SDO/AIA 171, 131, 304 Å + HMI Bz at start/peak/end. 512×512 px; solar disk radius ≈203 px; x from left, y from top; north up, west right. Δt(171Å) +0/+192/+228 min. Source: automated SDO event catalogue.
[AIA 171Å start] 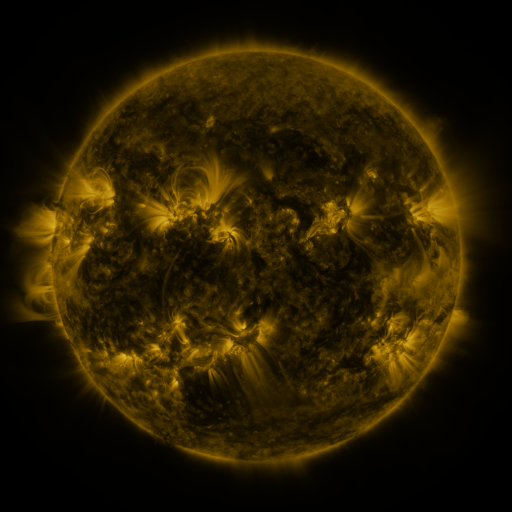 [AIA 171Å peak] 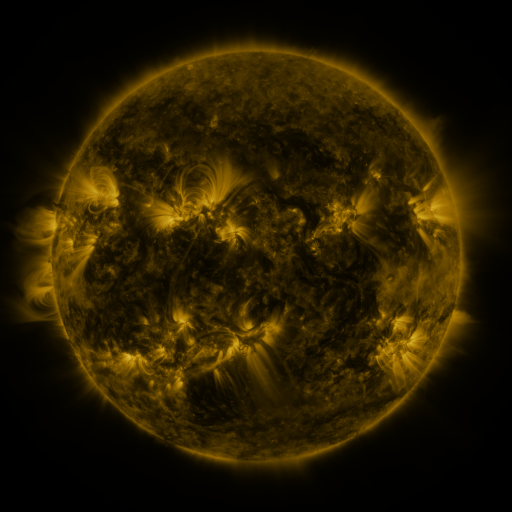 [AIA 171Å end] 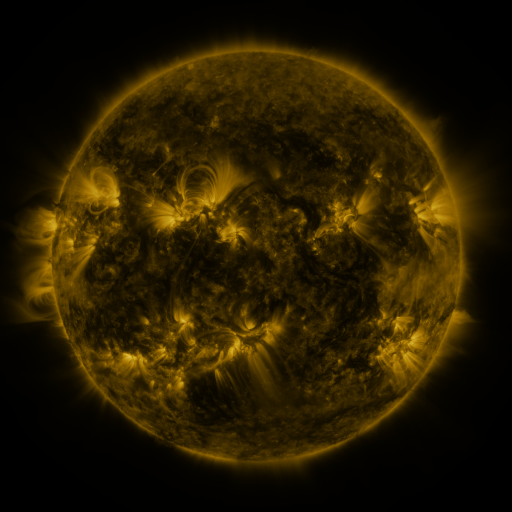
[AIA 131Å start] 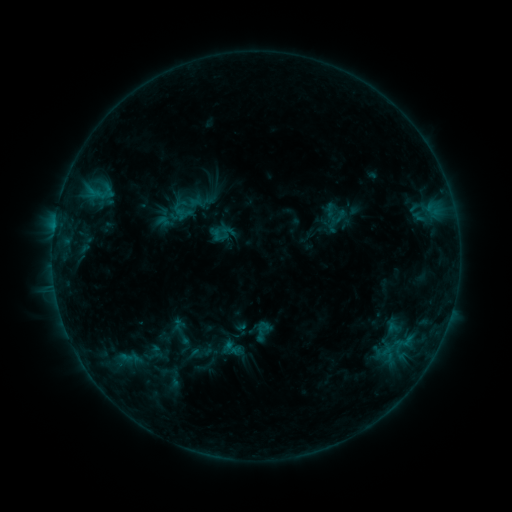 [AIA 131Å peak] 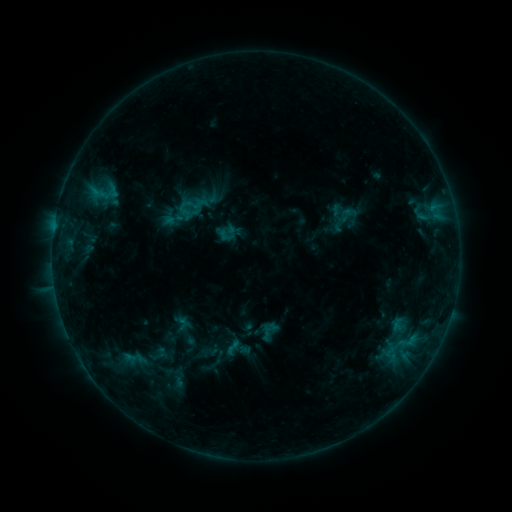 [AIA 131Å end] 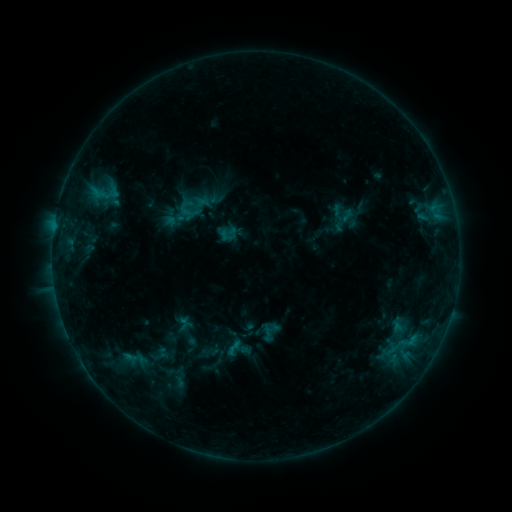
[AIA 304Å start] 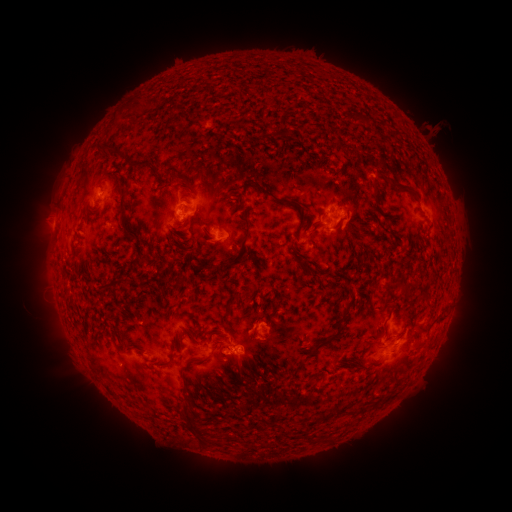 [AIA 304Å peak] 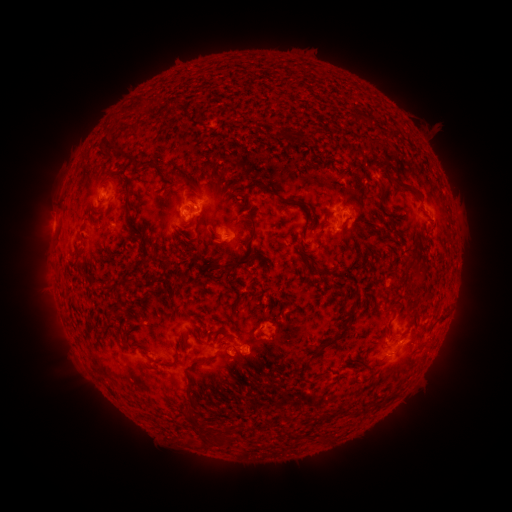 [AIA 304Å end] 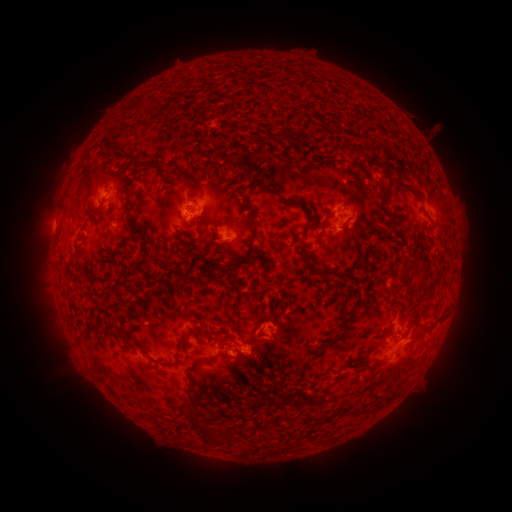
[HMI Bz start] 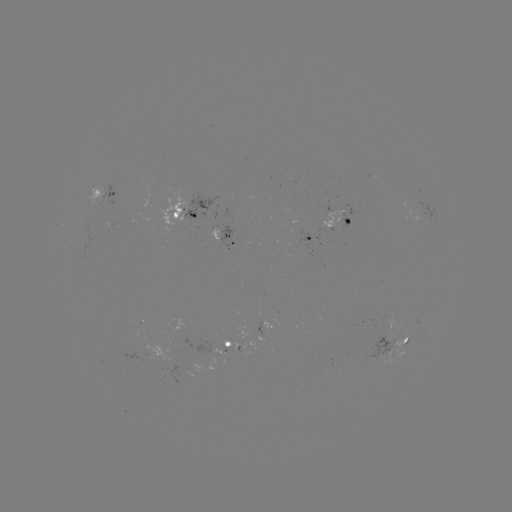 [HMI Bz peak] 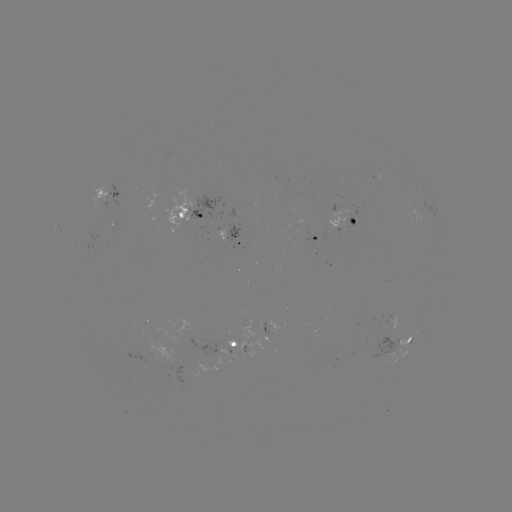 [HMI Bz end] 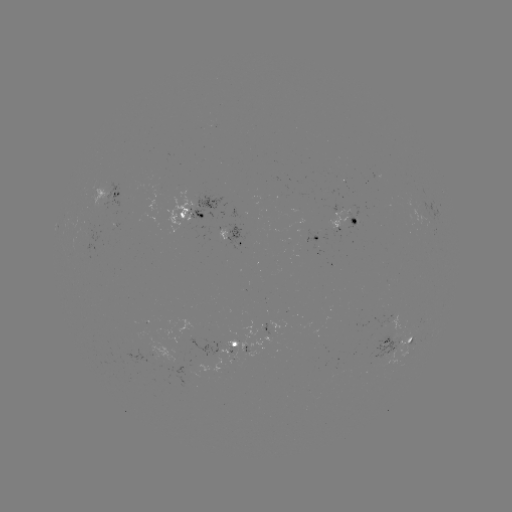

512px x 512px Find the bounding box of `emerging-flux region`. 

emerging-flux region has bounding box [221, 344, 235, 356].